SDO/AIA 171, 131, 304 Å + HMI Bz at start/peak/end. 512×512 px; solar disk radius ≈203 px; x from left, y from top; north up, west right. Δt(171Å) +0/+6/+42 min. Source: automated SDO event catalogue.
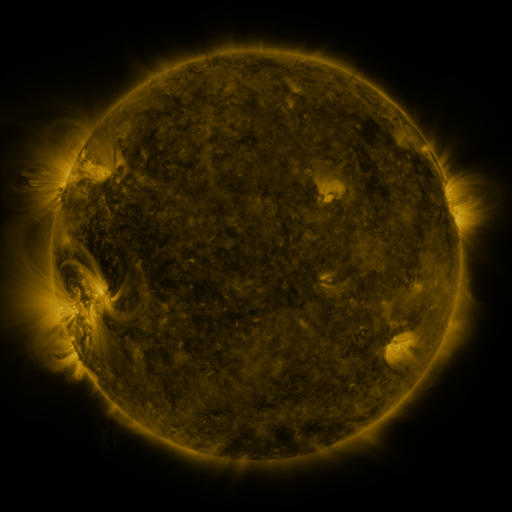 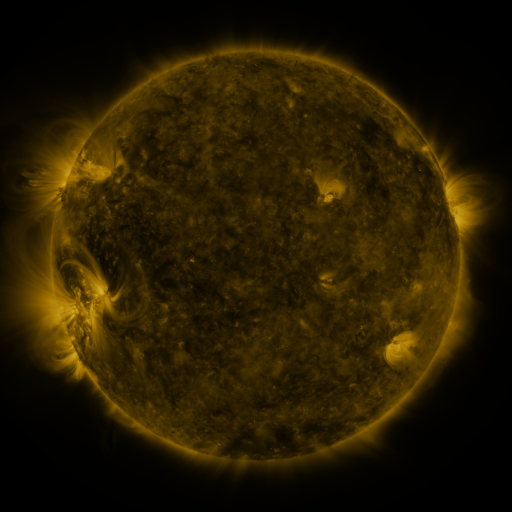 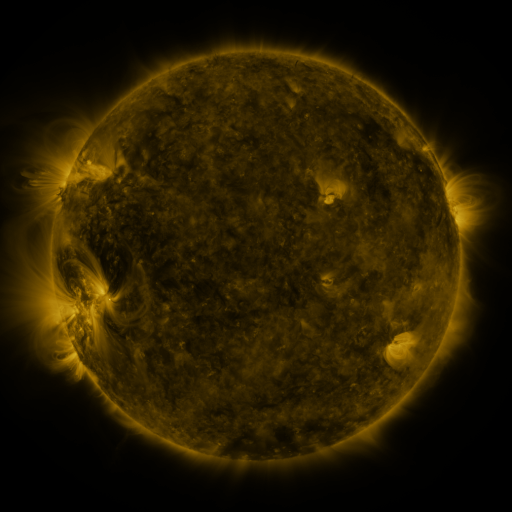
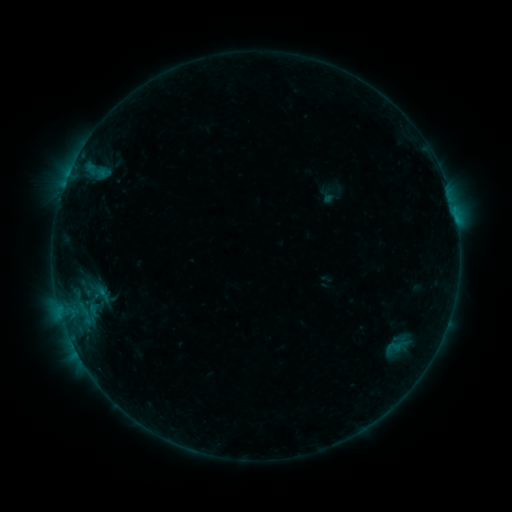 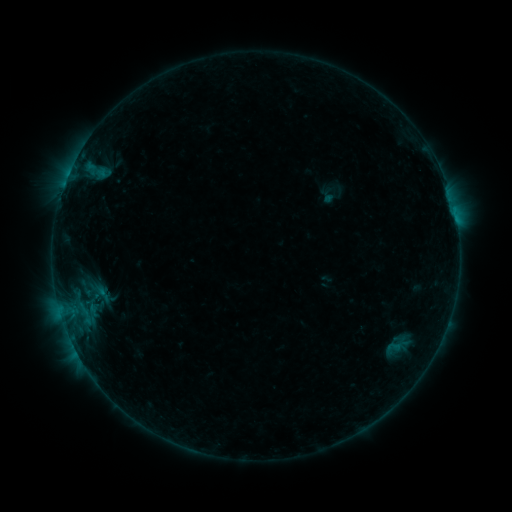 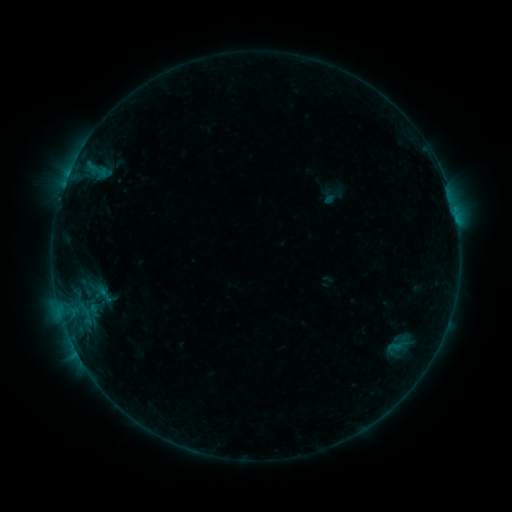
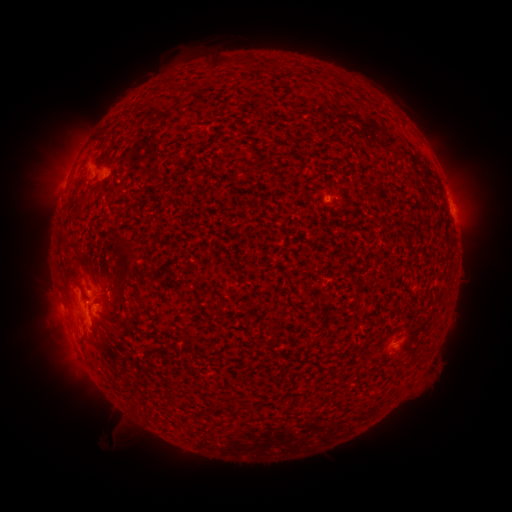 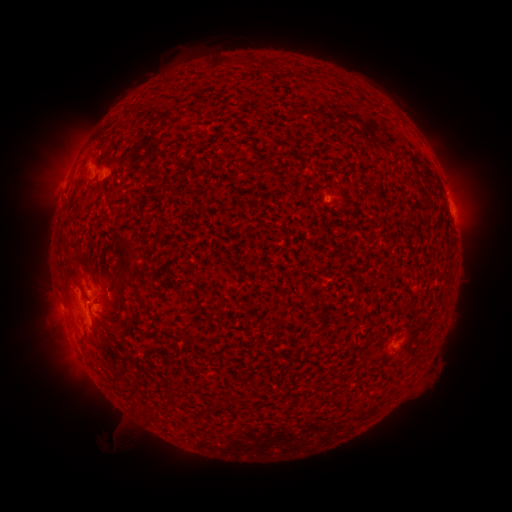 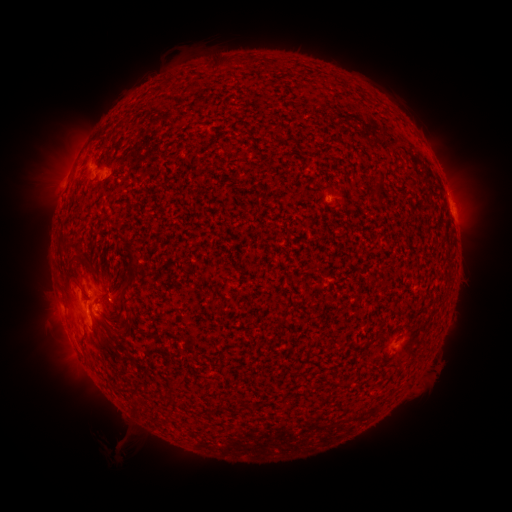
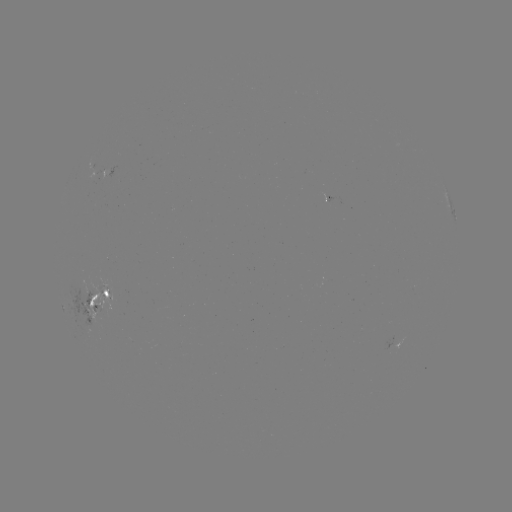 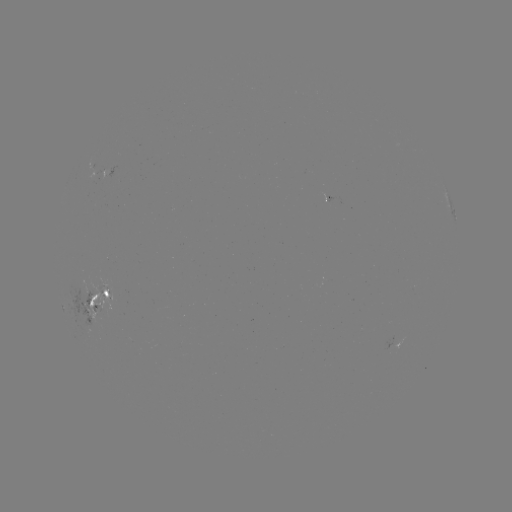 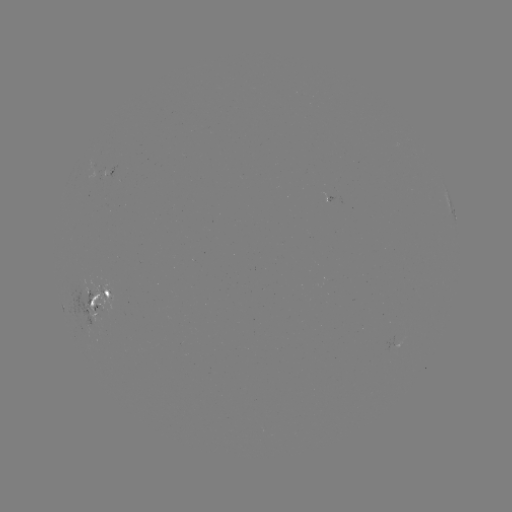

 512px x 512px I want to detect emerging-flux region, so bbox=[392, 336, 404, 350].